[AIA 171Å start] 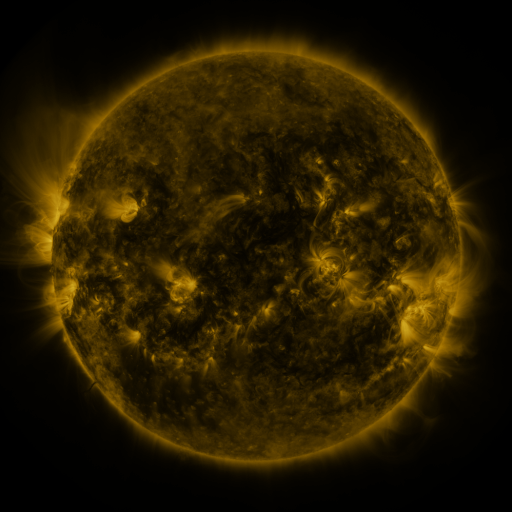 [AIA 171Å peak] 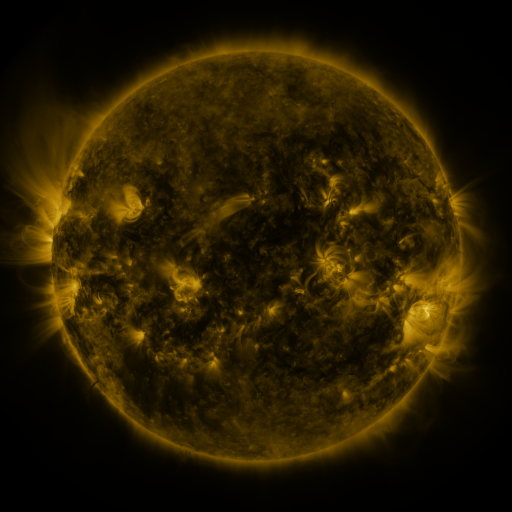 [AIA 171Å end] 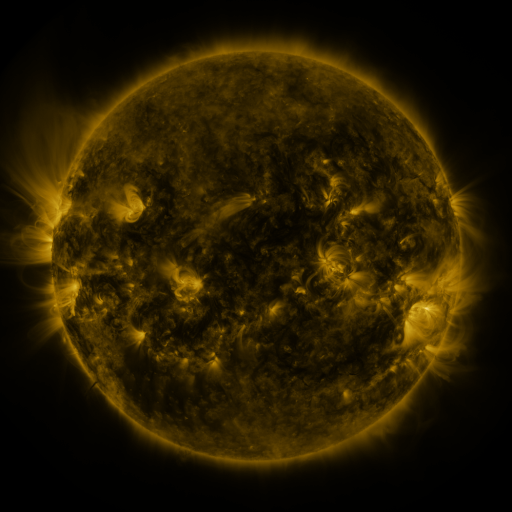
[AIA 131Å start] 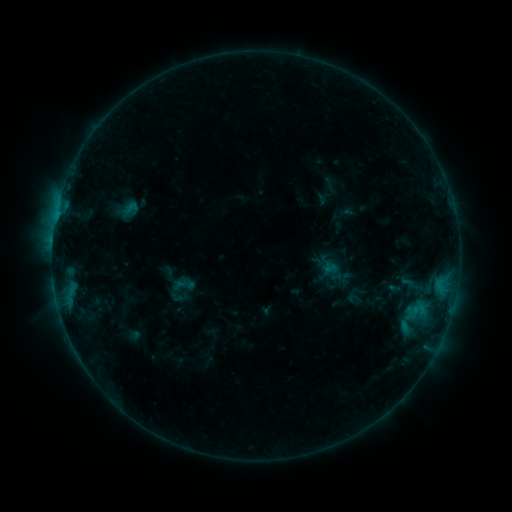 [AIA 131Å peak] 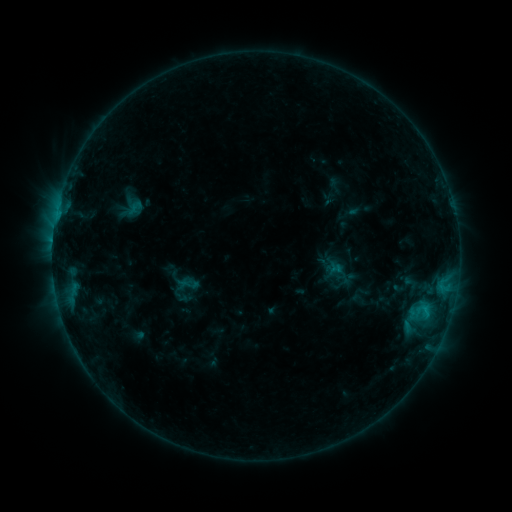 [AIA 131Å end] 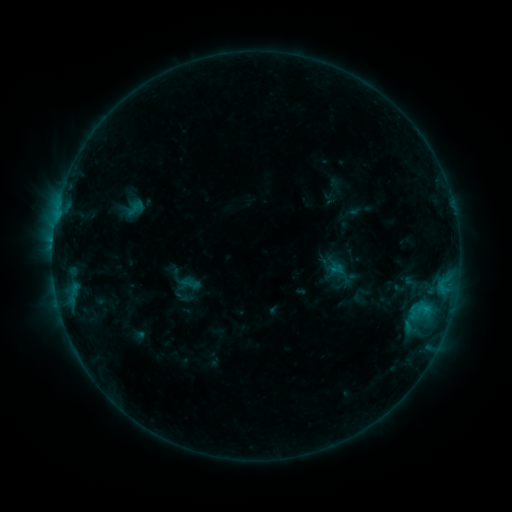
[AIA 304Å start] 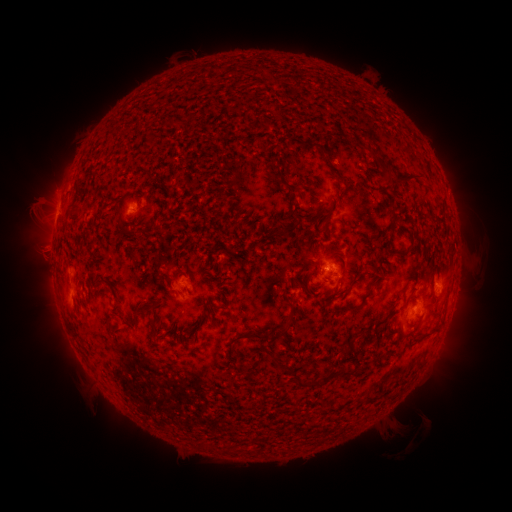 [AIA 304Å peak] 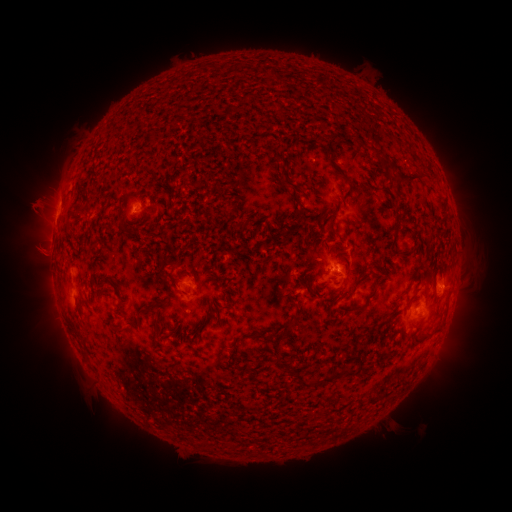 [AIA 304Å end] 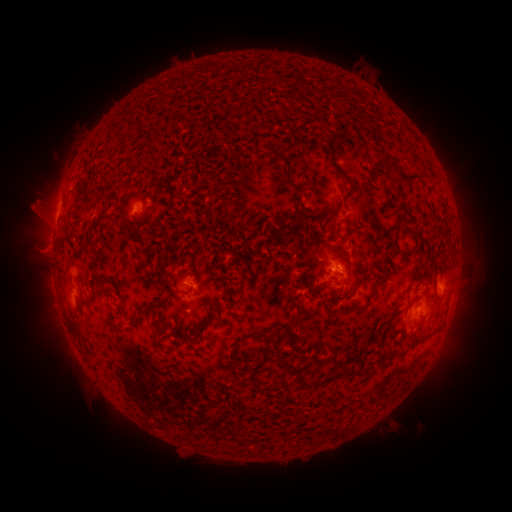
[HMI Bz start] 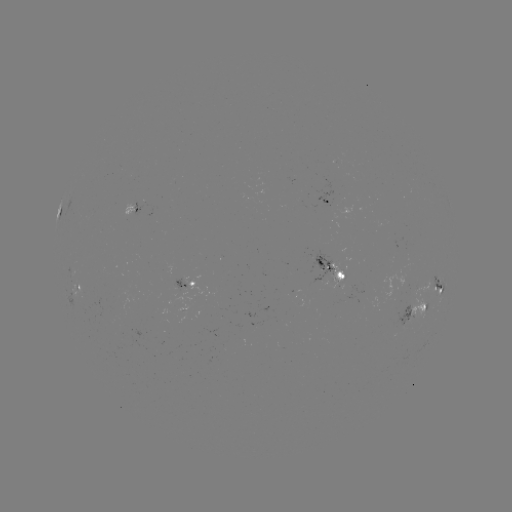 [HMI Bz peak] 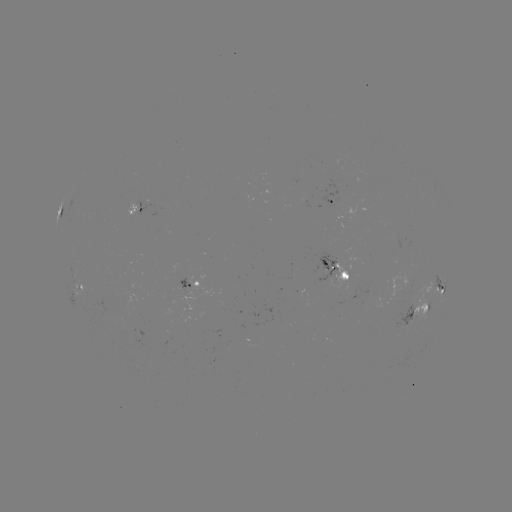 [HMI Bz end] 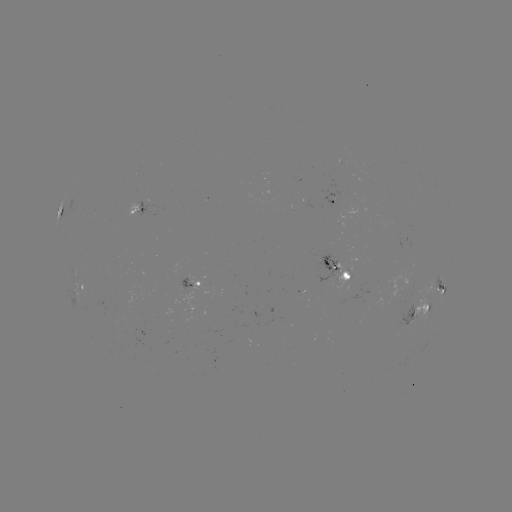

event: emerging-flux region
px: (408, 322)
